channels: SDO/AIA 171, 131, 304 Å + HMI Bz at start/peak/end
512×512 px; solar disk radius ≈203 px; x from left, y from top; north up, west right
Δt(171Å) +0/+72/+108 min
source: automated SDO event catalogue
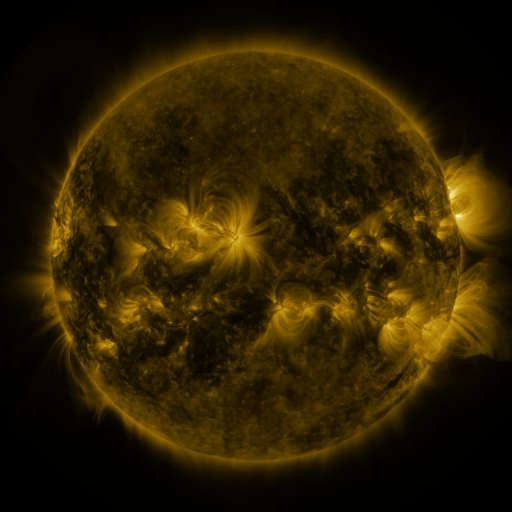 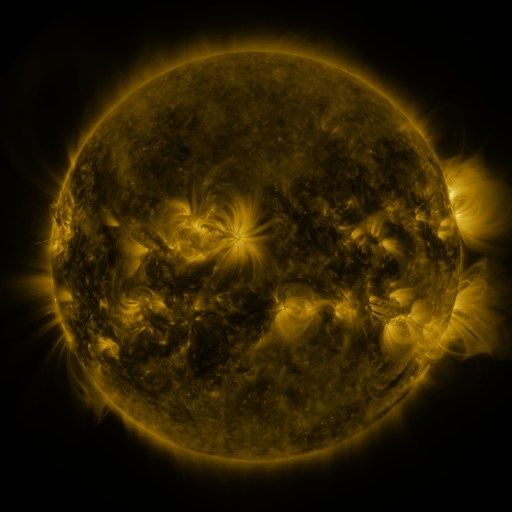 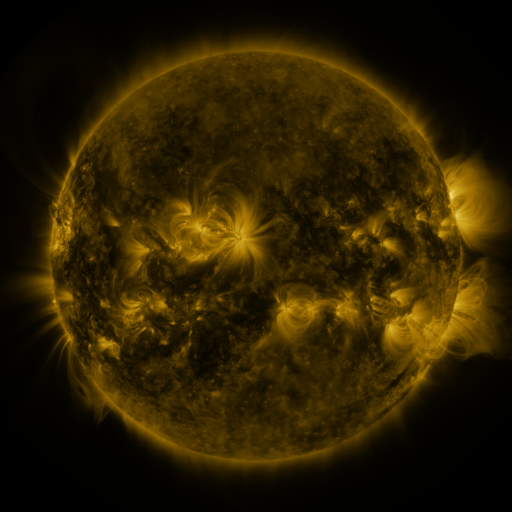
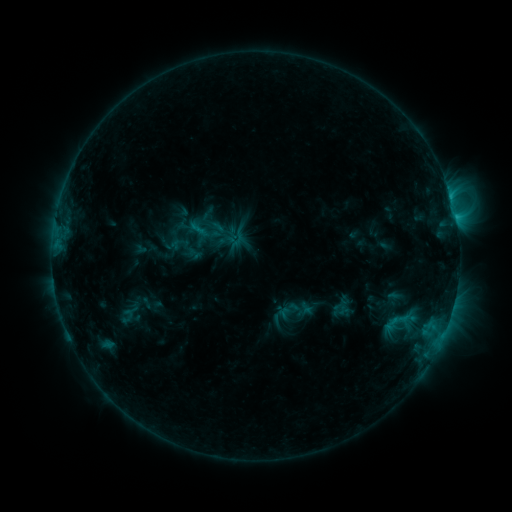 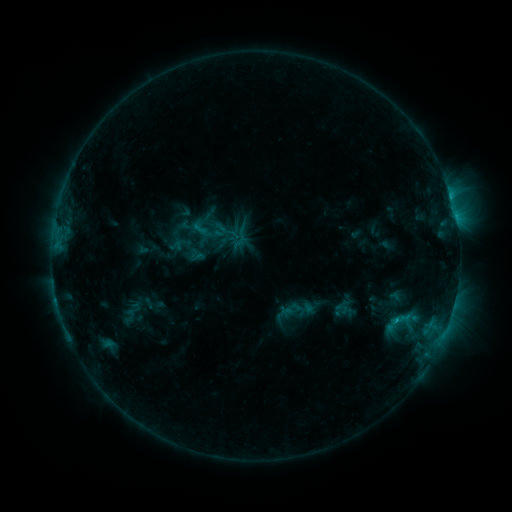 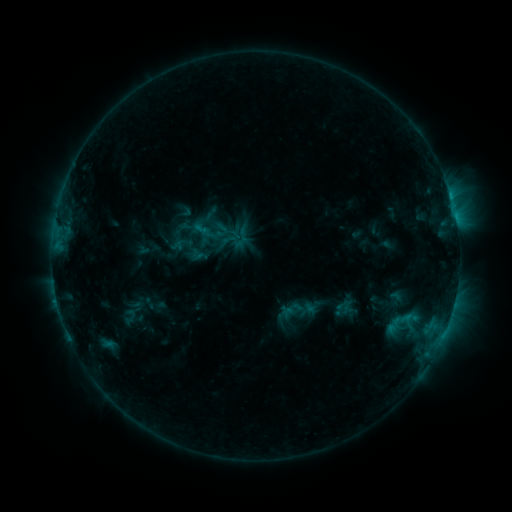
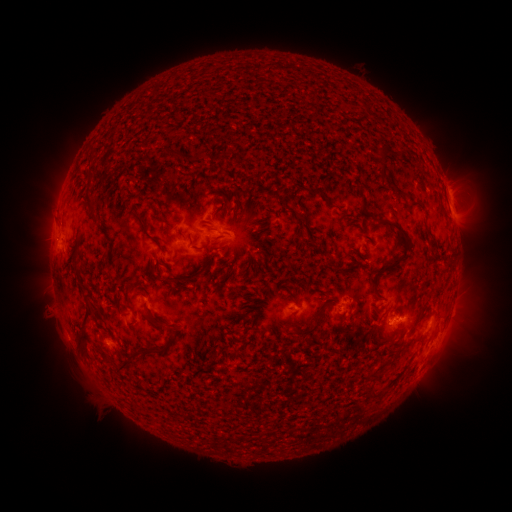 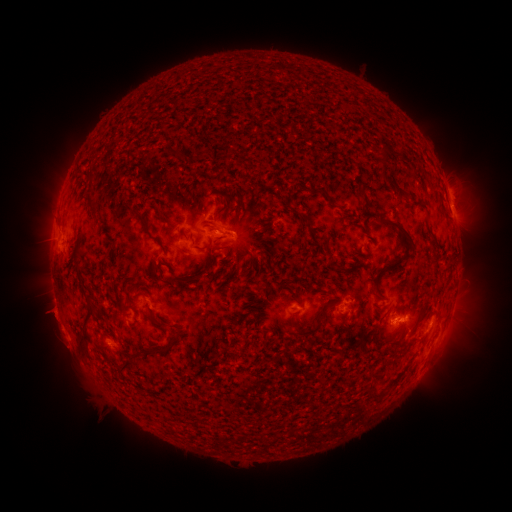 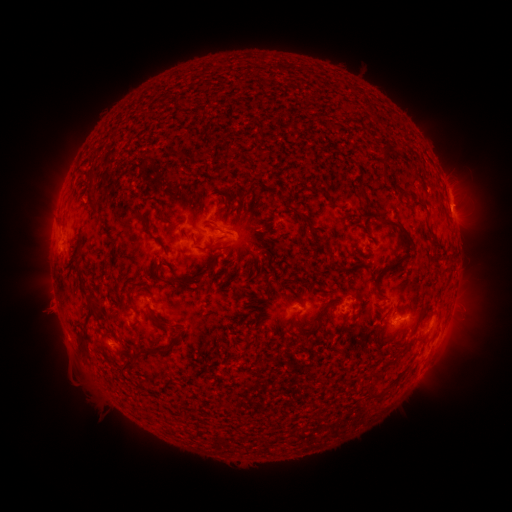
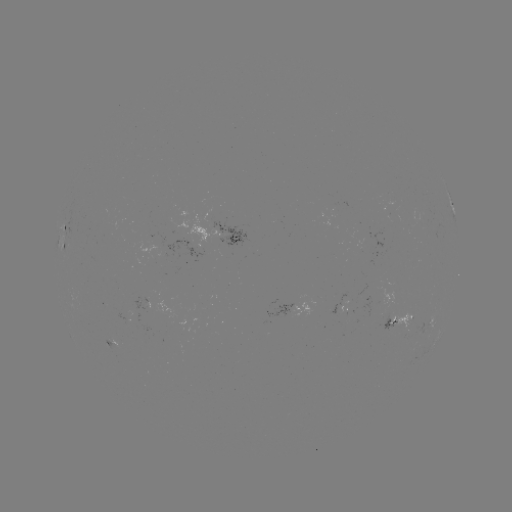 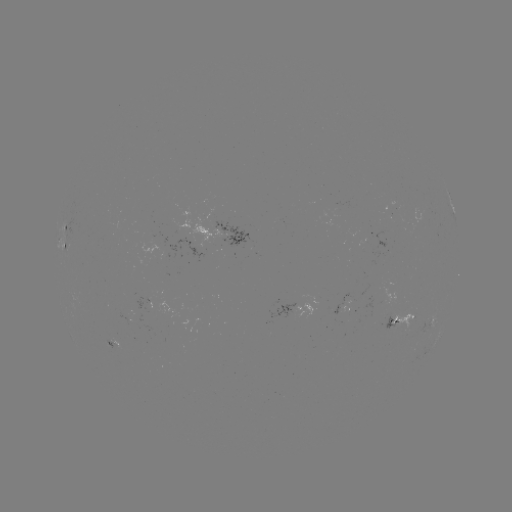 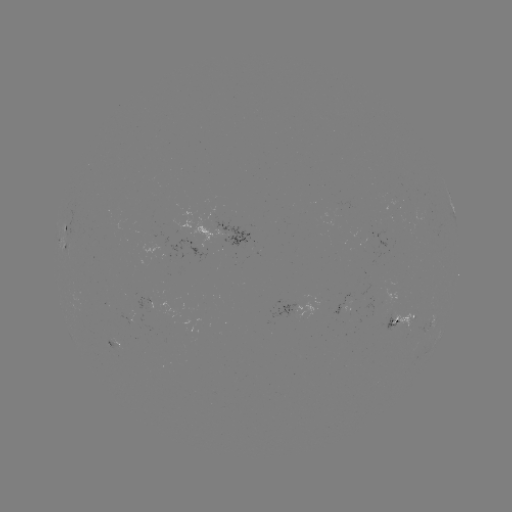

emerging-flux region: [345, 285, 366, 302]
